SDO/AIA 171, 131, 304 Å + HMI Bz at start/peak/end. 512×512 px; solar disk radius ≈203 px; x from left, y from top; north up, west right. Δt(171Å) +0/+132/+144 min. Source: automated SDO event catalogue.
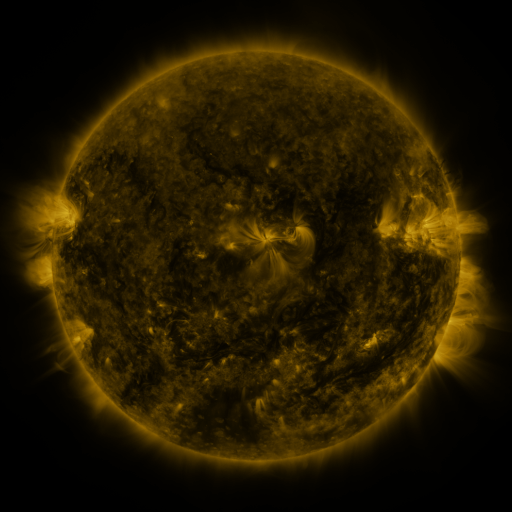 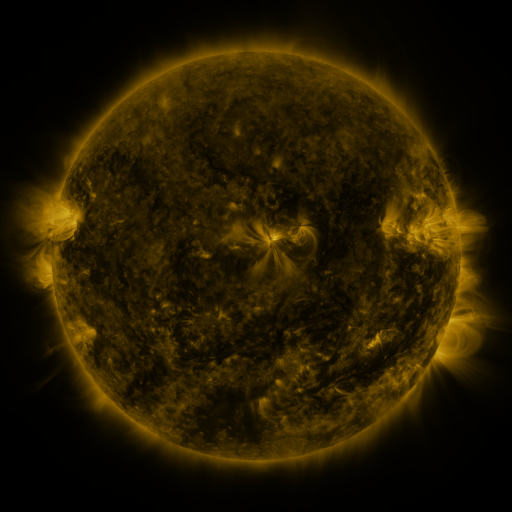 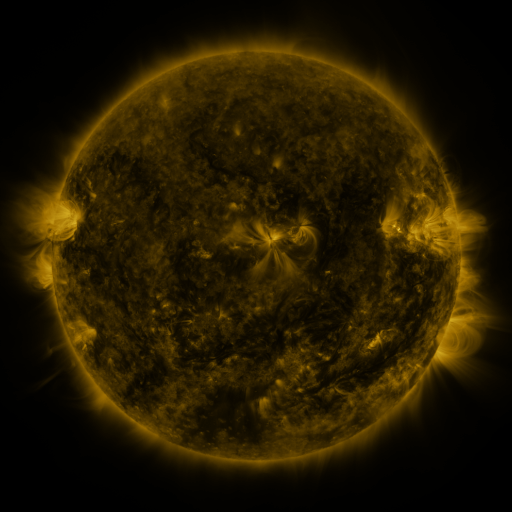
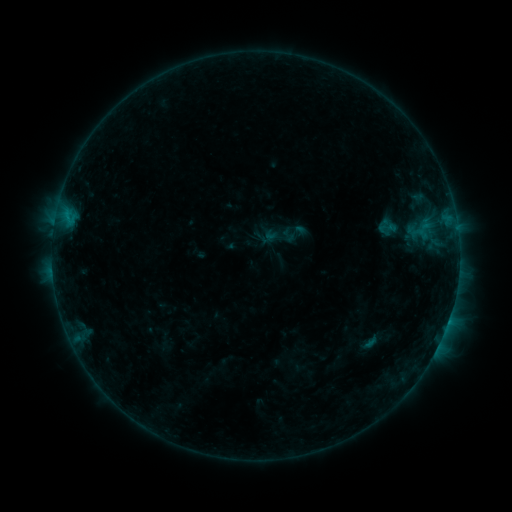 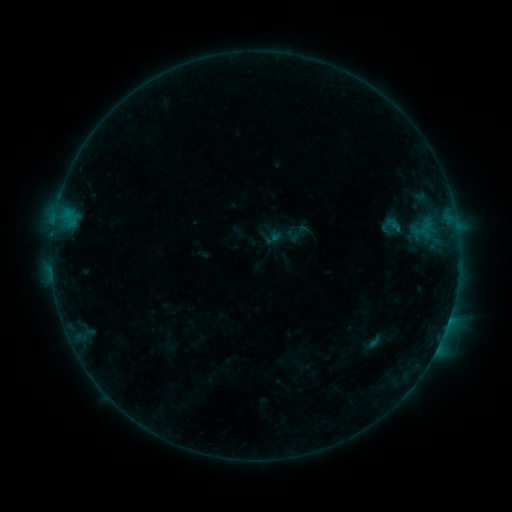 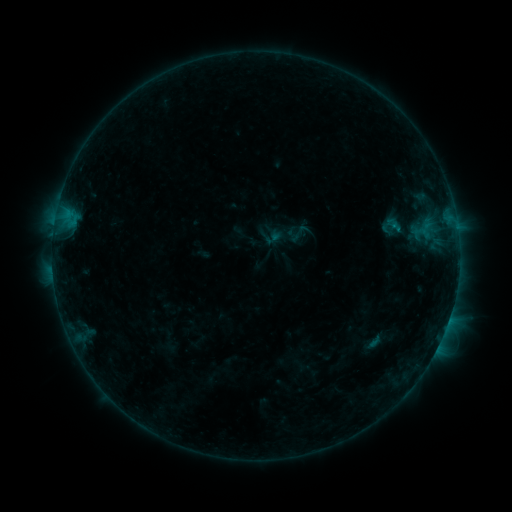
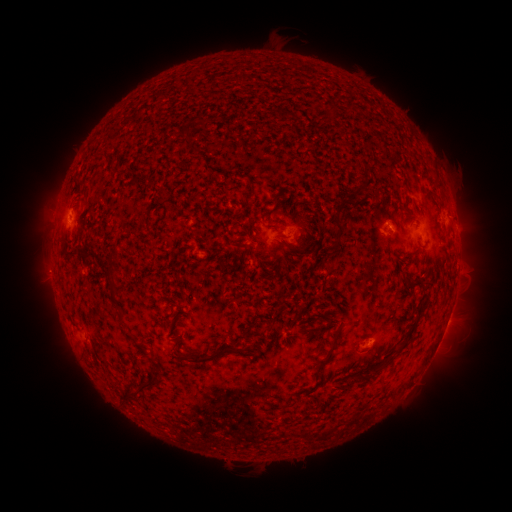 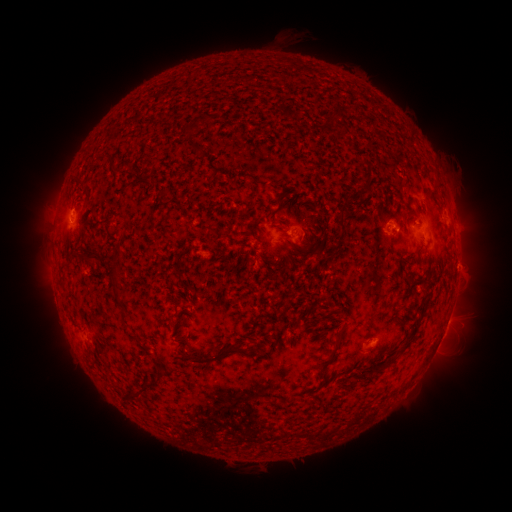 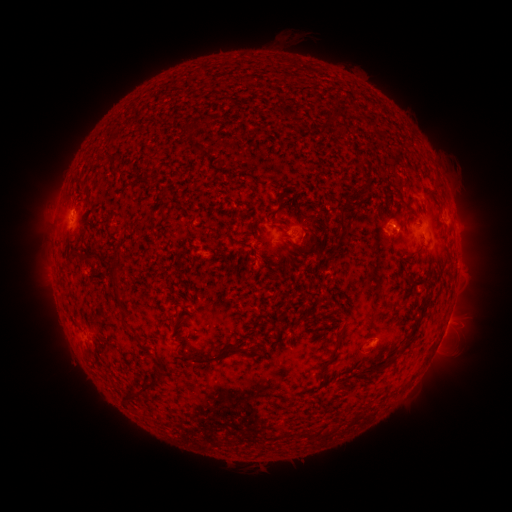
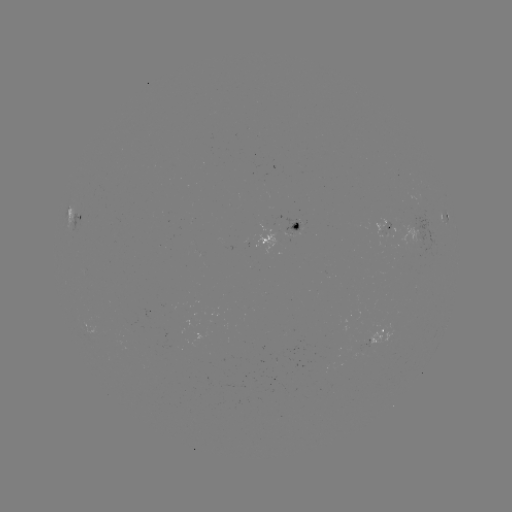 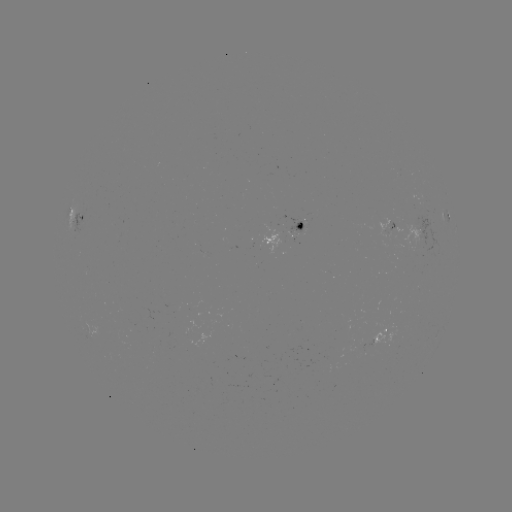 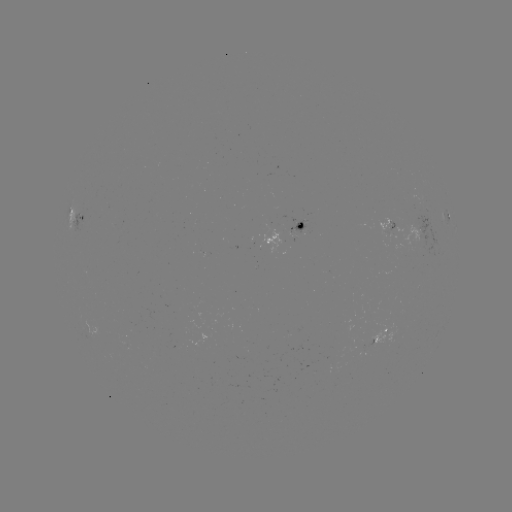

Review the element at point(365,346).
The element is emerging-flux region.